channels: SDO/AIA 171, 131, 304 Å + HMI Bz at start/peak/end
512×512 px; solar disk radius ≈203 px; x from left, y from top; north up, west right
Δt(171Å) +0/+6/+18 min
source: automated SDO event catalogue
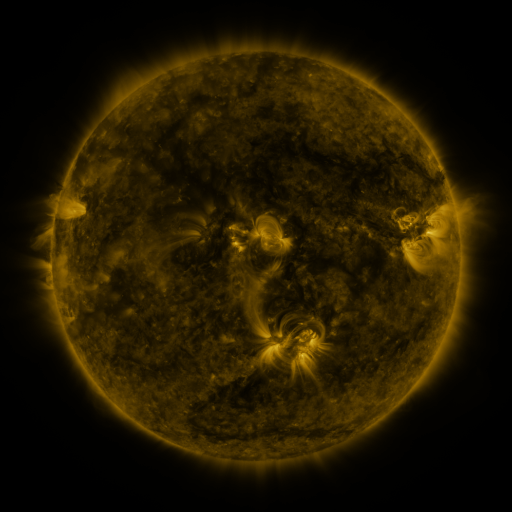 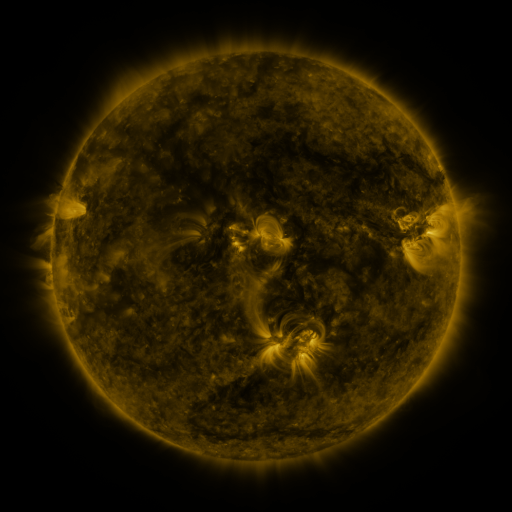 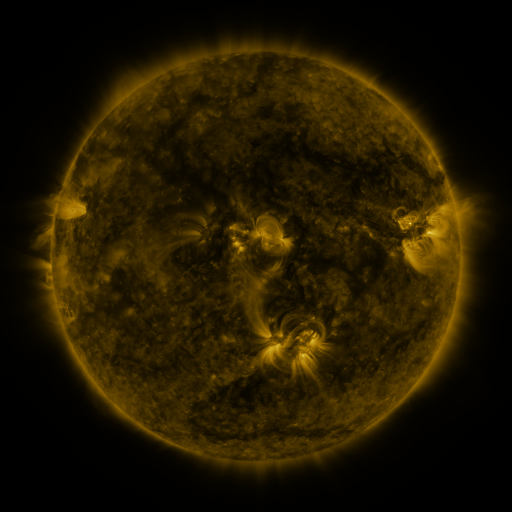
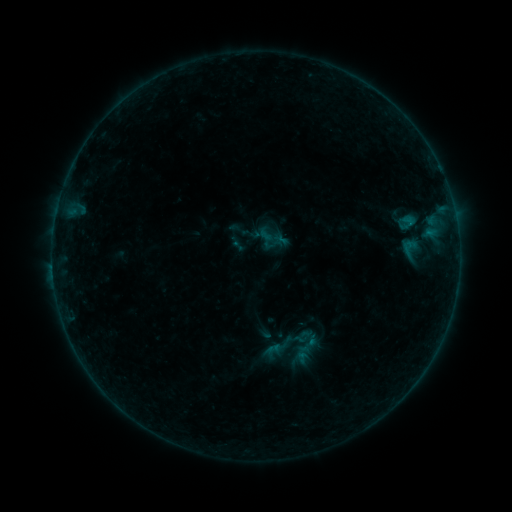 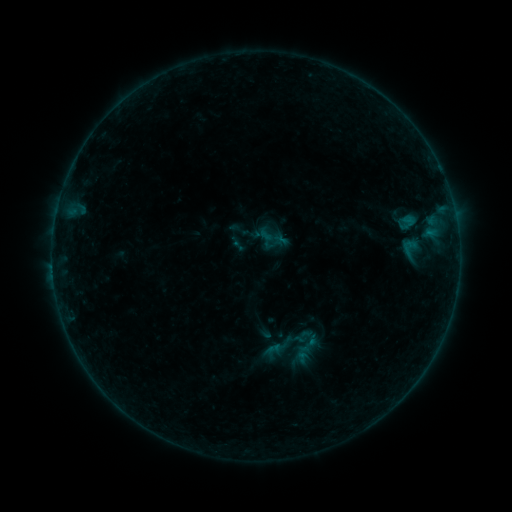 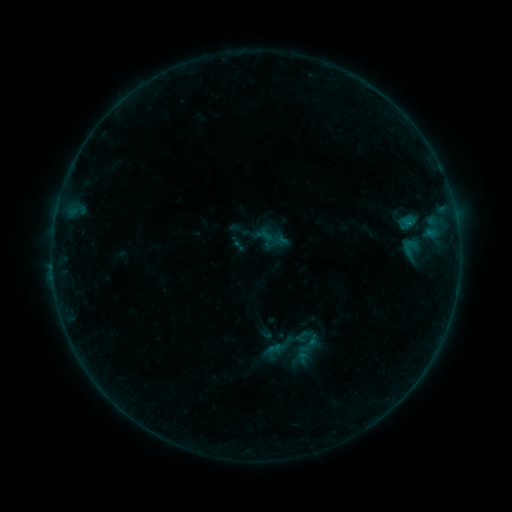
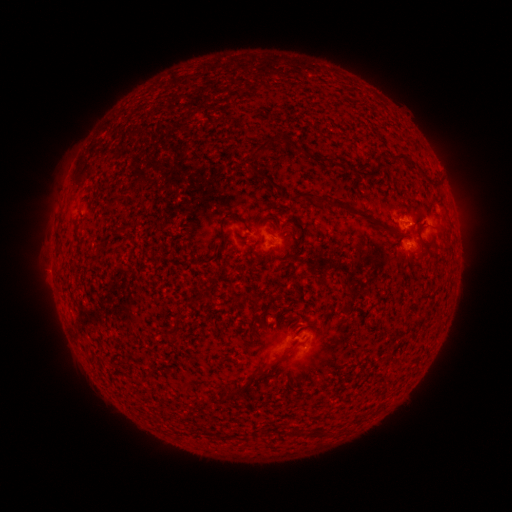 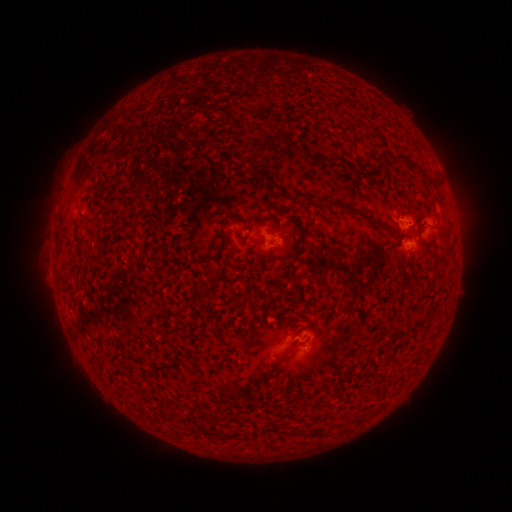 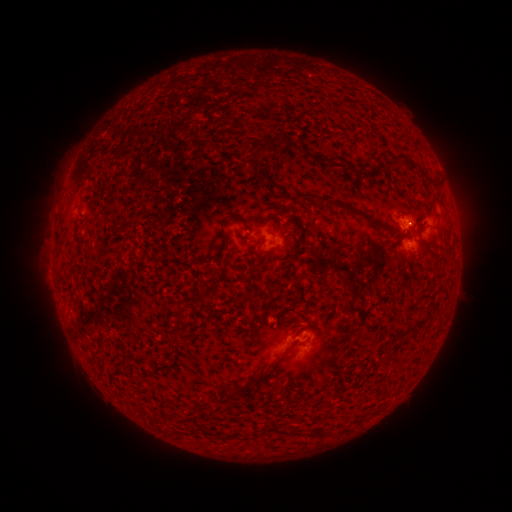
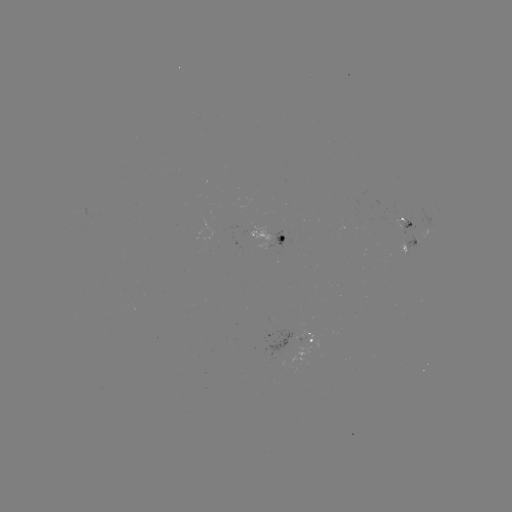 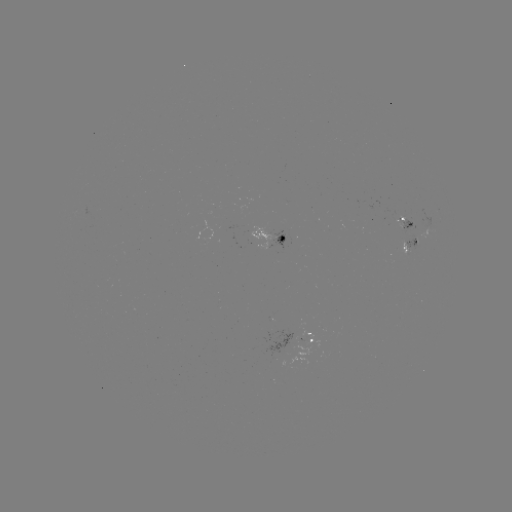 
no flare in any classed list; no EUV-trigger detection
